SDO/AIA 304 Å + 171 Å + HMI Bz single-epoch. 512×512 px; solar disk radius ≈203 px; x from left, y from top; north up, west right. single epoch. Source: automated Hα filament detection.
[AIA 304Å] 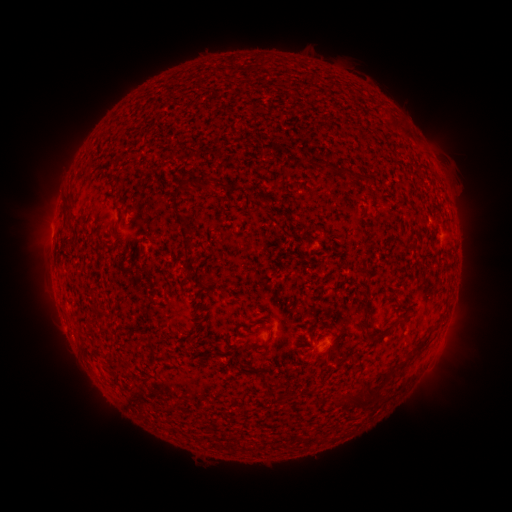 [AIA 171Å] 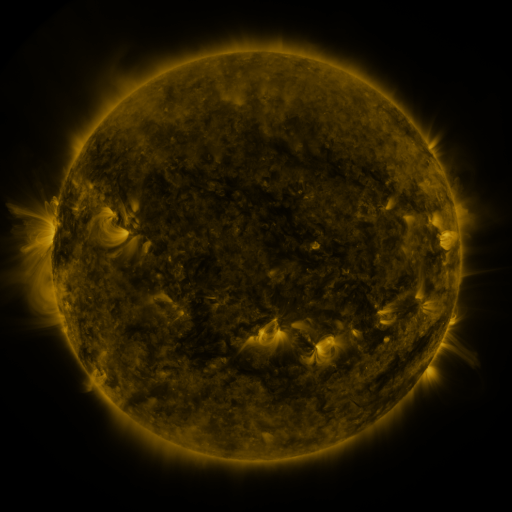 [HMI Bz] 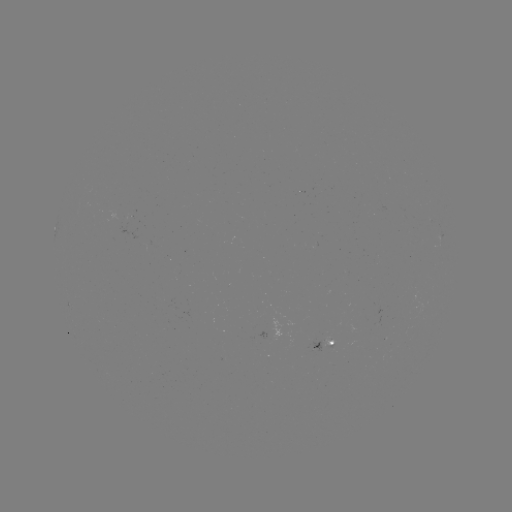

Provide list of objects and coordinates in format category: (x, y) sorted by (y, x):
filament: (403, 130)
filament: (327, 165)
filament: (362, 174)
filament: (184, 182)
filament: (212, 183)
filament: (66, 210)
filament: (119, 219)
filament: (183, 220)
filament: (409, 243)
filament: (189, 245)
filament: (65, 252)
filament: (367, 304)
filament: (100, 315)
filament: (401, 319)
filament: (259, 322)
filament: (378, 336)
filament: (270, 338)
filament: (84, 343)
filament: (393, 366)
filament: (269, 379)
filament: (340, 400)
filament: (367, 400)
filament: (170, 411)
